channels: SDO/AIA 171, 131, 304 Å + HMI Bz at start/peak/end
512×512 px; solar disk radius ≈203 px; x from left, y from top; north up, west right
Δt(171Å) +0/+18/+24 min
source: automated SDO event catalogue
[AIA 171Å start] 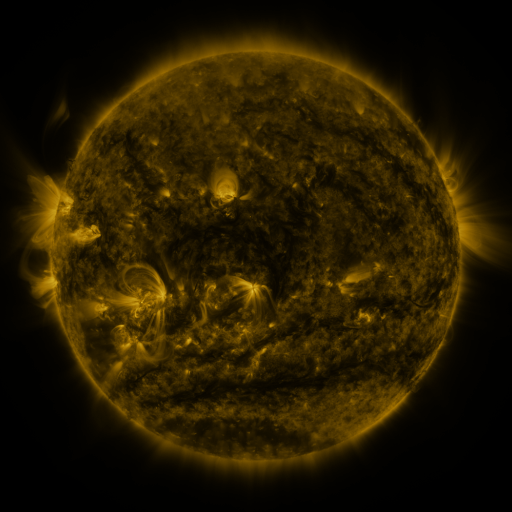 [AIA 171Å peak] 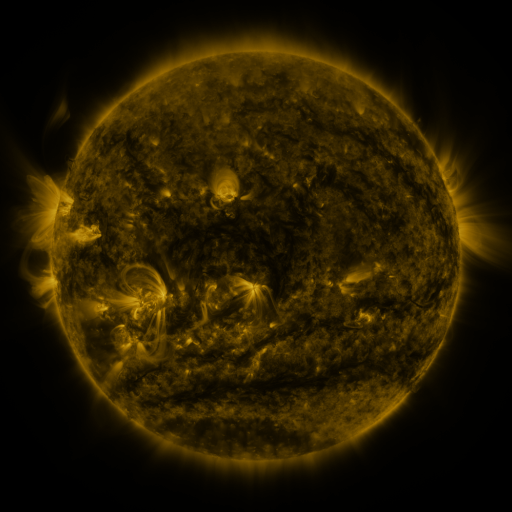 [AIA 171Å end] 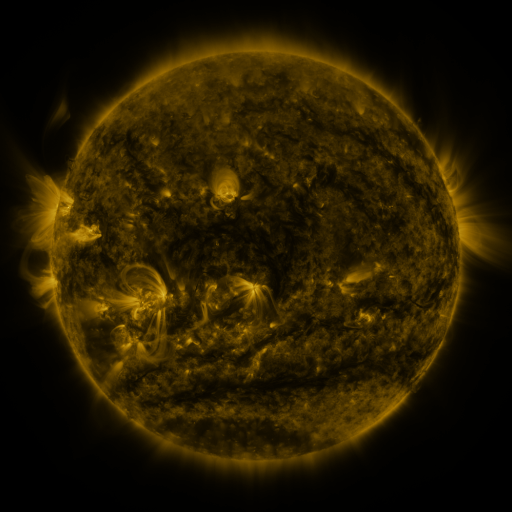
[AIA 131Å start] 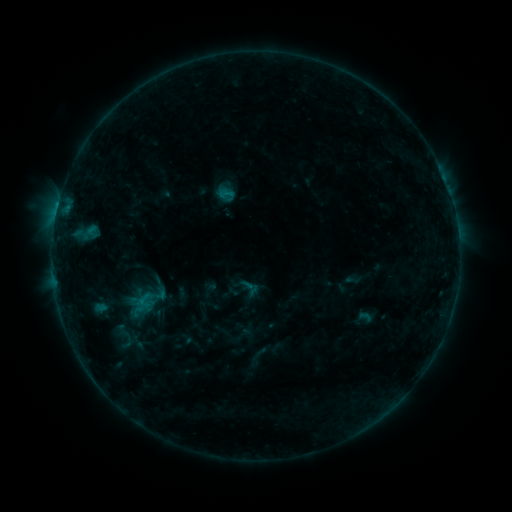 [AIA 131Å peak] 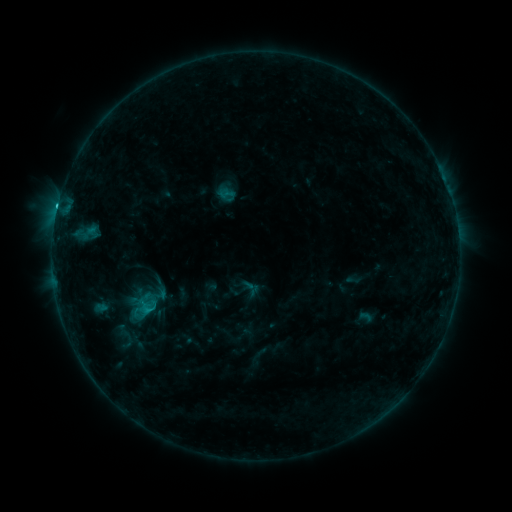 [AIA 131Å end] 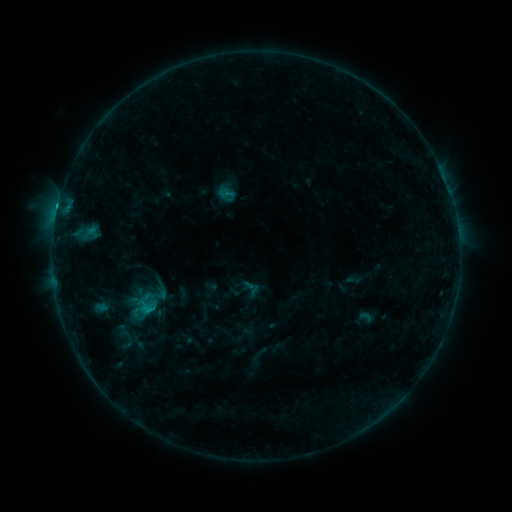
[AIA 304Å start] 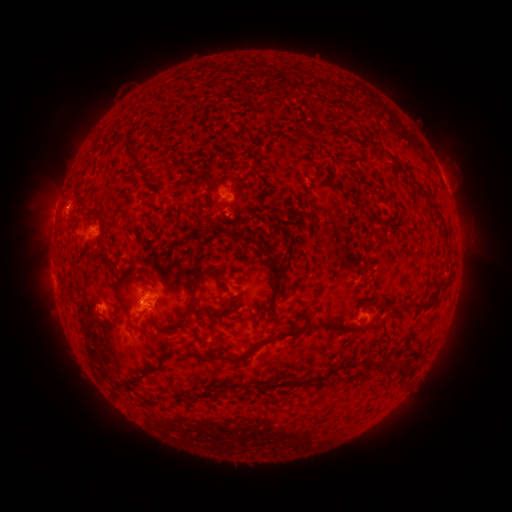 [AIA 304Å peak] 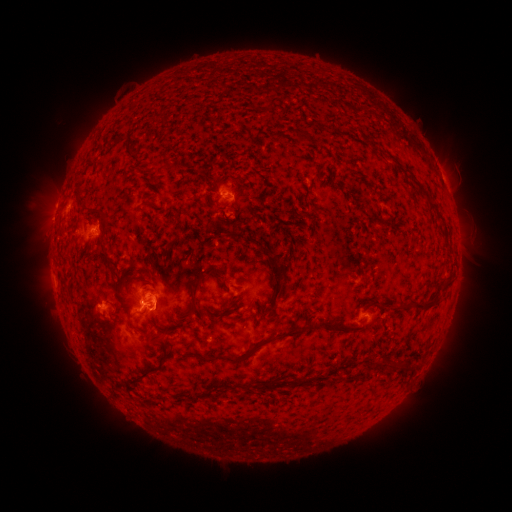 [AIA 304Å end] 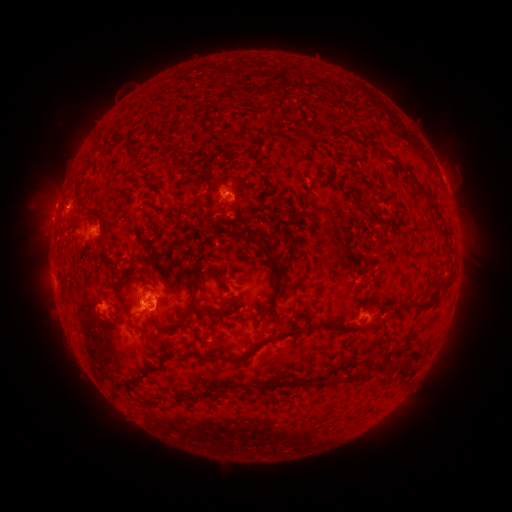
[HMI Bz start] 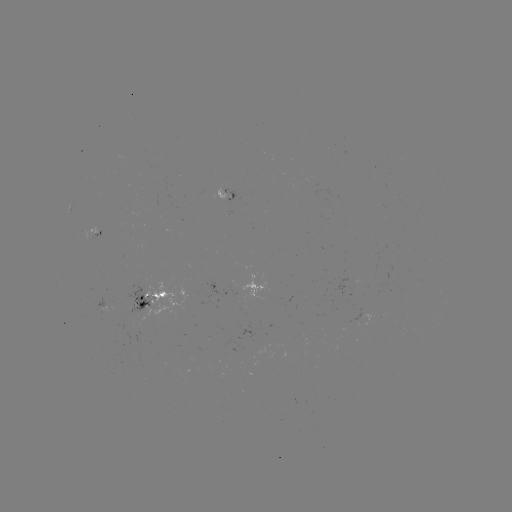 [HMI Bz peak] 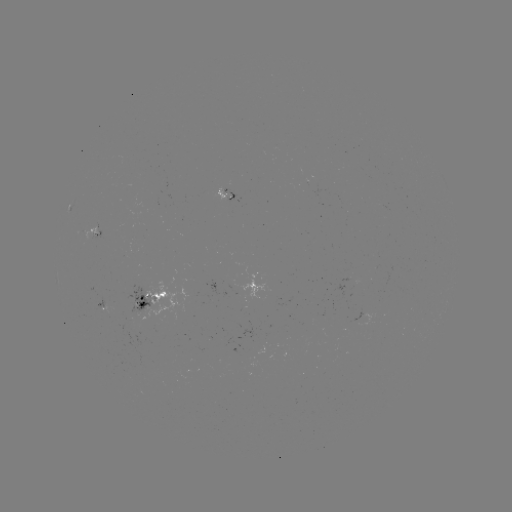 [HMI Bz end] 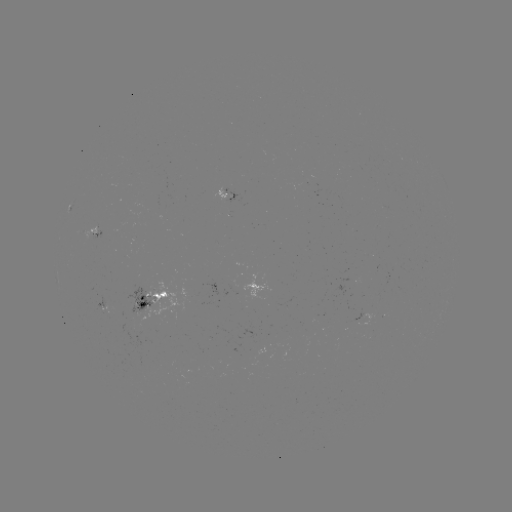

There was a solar flare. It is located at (147, 307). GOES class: C1.4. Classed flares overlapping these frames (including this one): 1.